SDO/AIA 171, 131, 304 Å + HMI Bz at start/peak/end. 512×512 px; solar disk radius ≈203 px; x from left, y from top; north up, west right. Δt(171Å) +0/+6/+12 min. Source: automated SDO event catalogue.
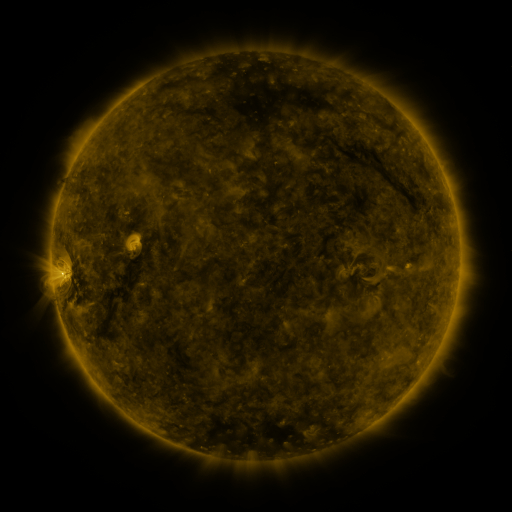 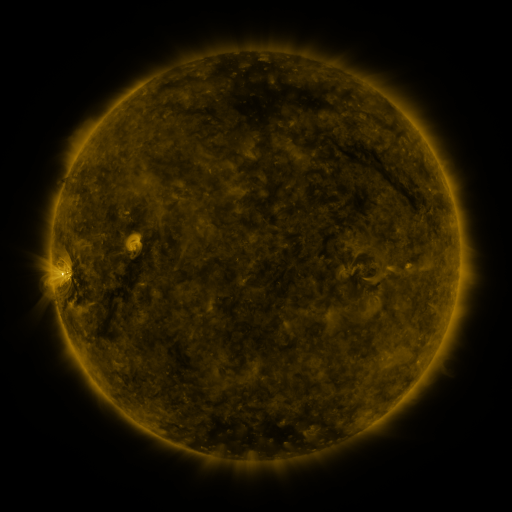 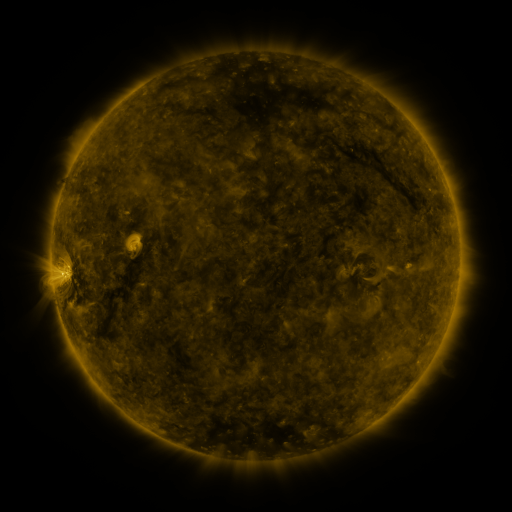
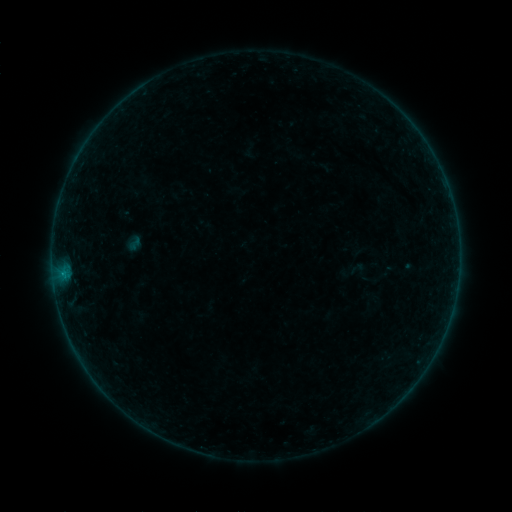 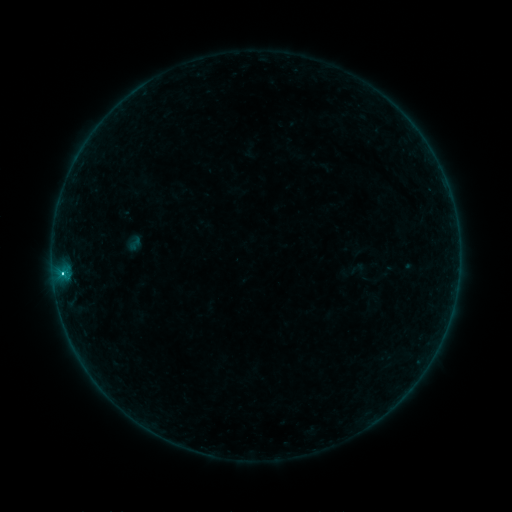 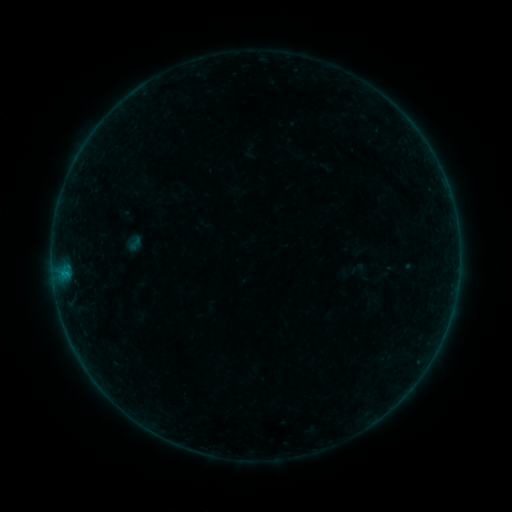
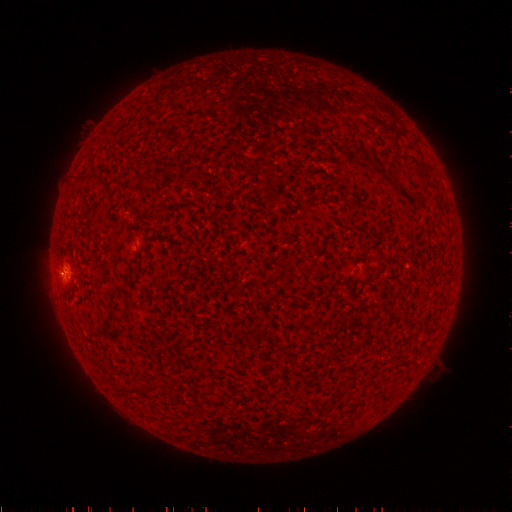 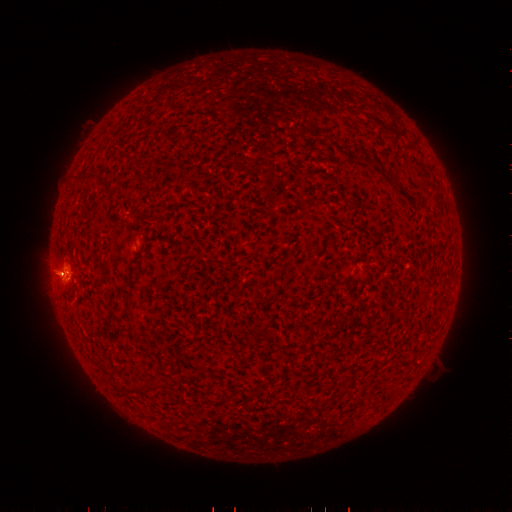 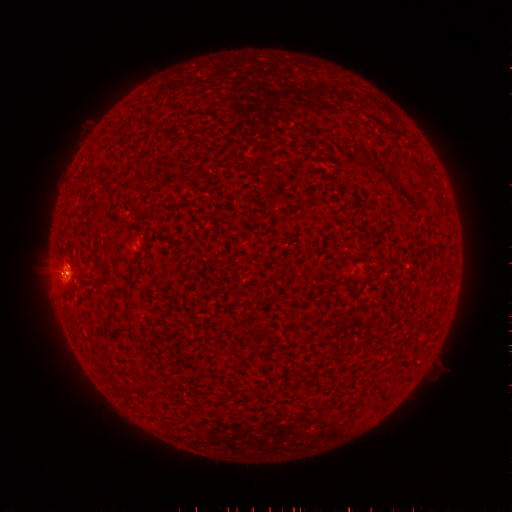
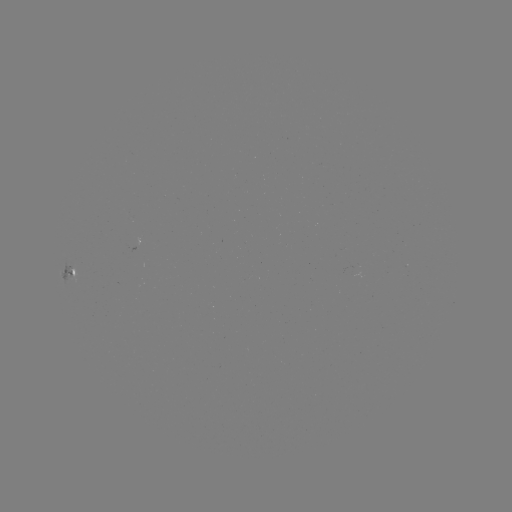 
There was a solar flare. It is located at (62, 270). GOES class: B8.1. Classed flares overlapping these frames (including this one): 1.